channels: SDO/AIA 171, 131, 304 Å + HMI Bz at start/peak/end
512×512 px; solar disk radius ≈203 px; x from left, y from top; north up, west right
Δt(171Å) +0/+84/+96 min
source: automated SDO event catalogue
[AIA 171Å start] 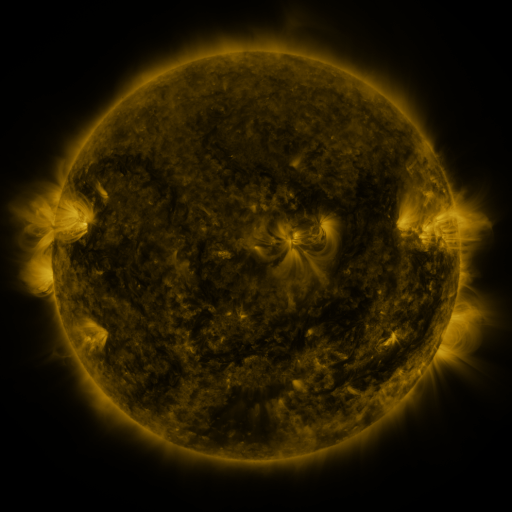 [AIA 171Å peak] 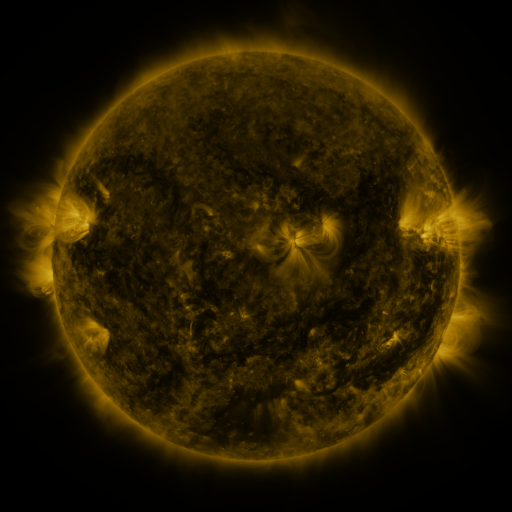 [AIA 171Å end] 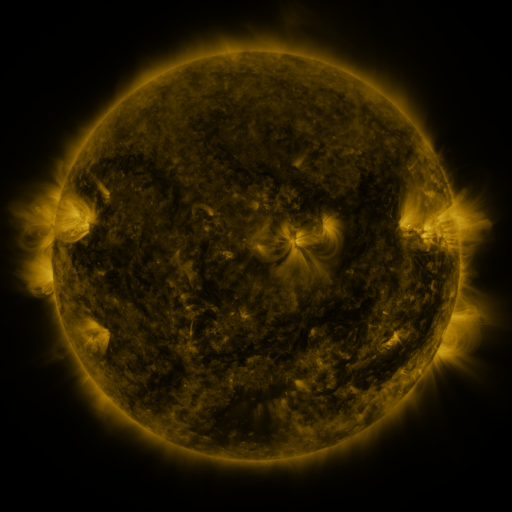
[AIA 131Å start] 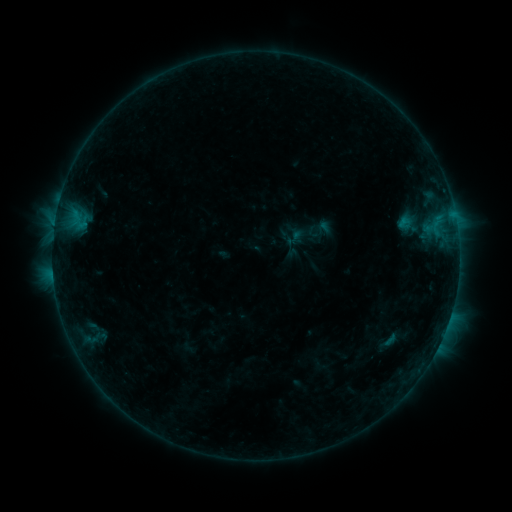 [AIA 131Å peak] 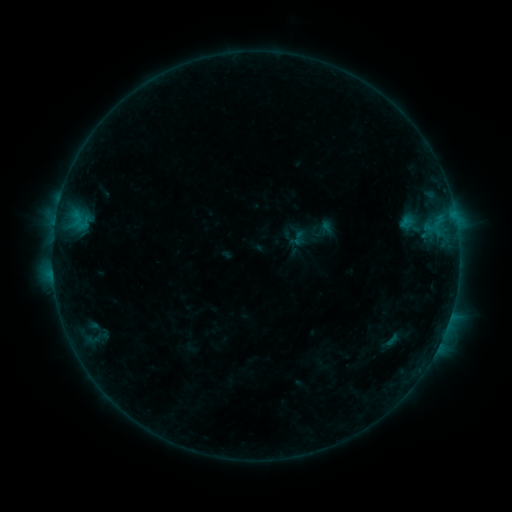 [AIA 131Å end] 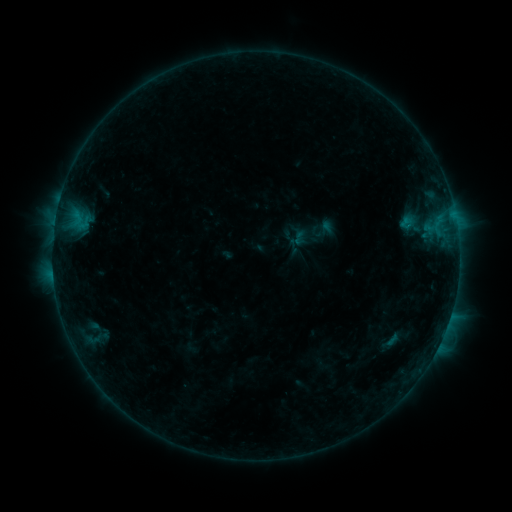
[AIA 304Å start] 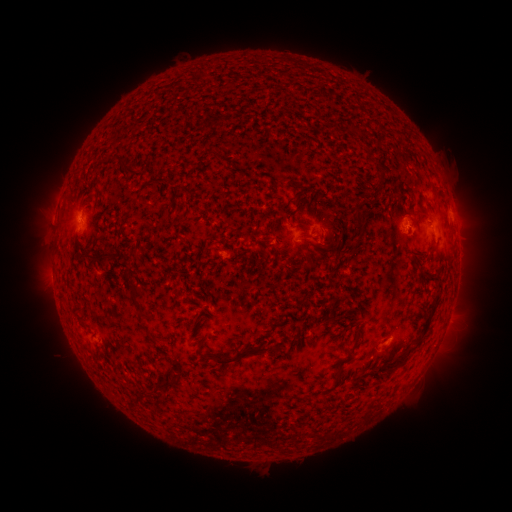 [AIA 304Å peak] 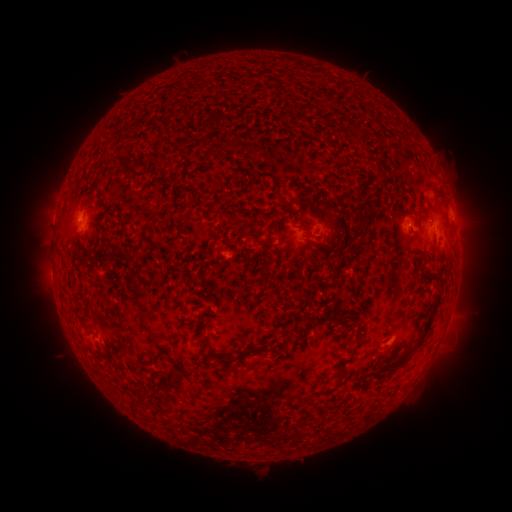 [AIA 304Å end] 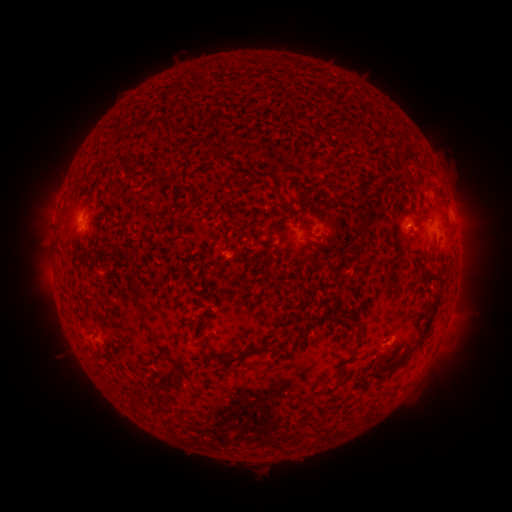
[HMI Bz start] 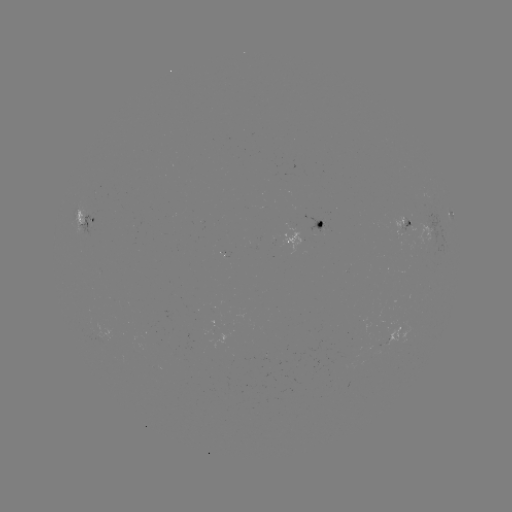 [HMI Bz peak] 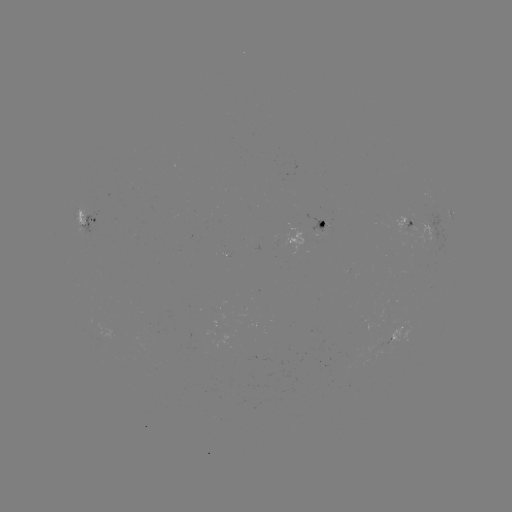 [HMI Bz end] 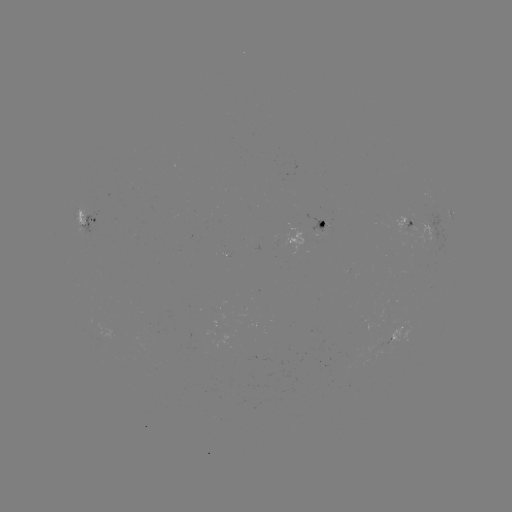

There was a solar emerging-flux region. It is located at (321, 227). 